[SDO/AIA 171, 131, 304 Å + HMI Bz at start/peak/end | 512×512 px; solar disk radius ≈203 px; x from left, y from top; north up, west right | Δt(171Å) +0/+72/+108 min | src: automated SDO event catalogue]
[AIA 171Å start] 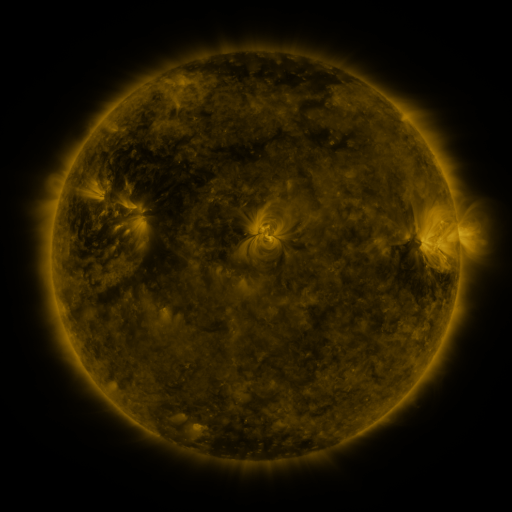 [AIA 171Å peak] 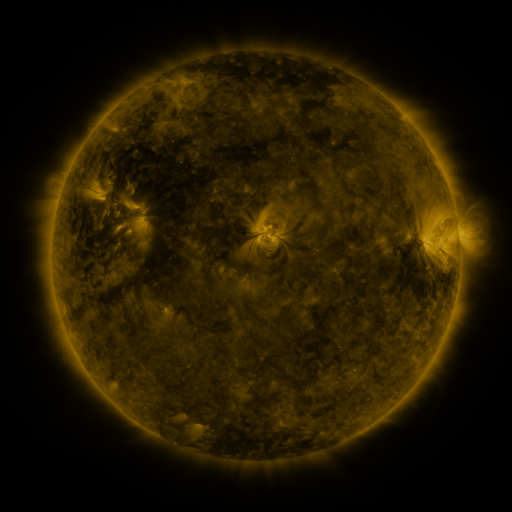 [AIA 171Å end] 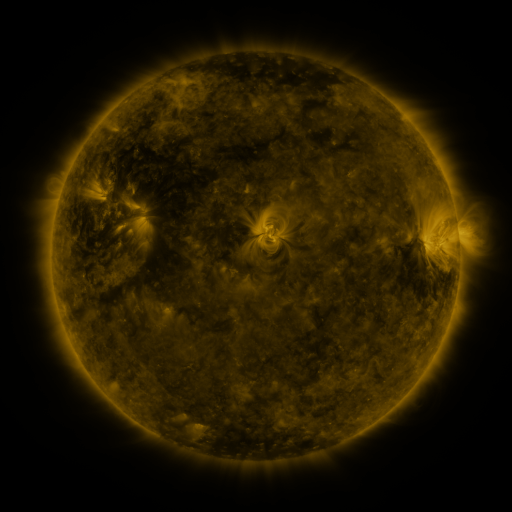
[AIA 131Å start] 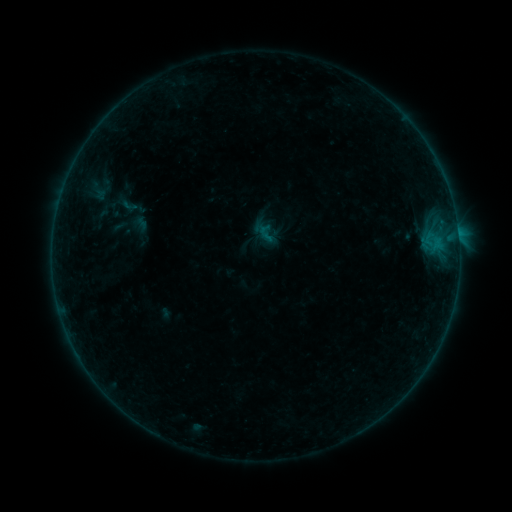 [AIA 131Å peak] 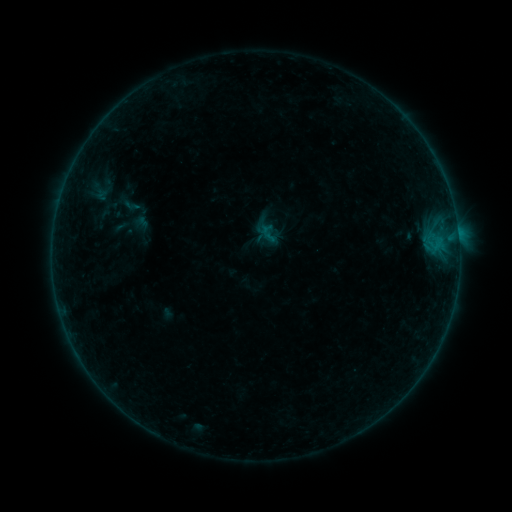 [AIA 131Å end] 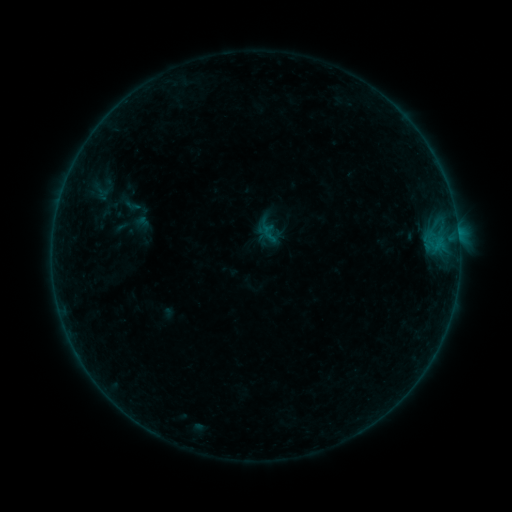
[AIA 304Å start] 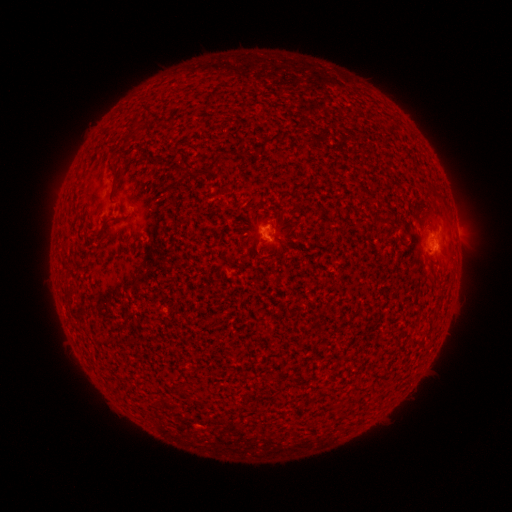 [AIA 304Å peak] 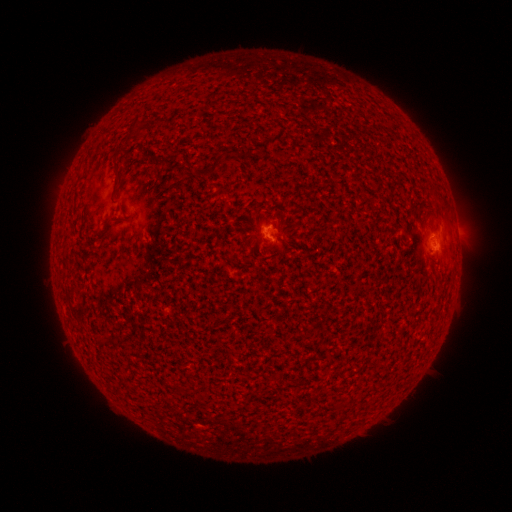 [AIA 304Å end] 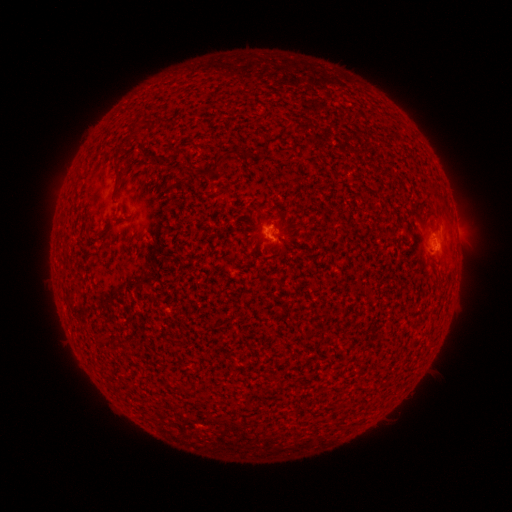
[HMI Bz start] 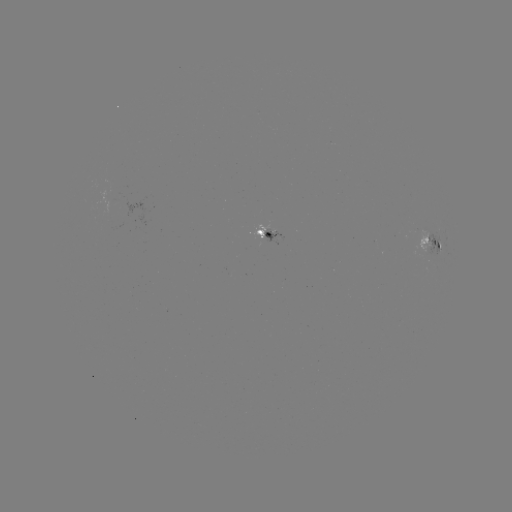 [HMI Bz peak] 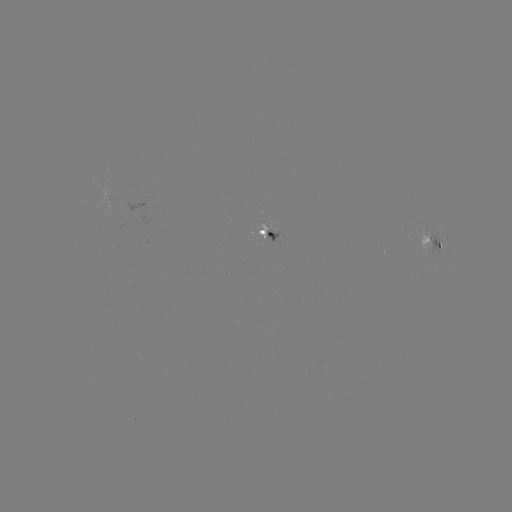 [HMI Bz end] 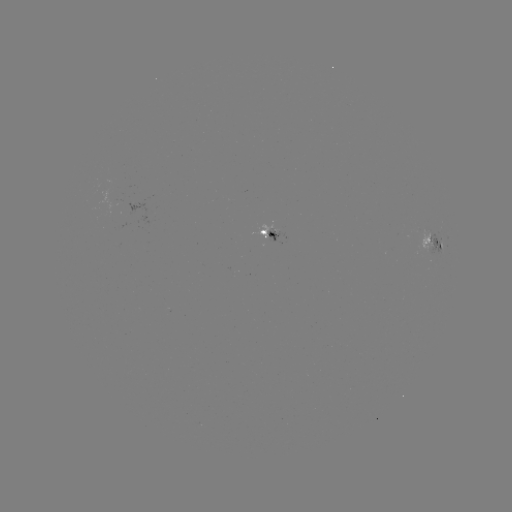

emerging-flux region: (115, 212, 128, 230)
